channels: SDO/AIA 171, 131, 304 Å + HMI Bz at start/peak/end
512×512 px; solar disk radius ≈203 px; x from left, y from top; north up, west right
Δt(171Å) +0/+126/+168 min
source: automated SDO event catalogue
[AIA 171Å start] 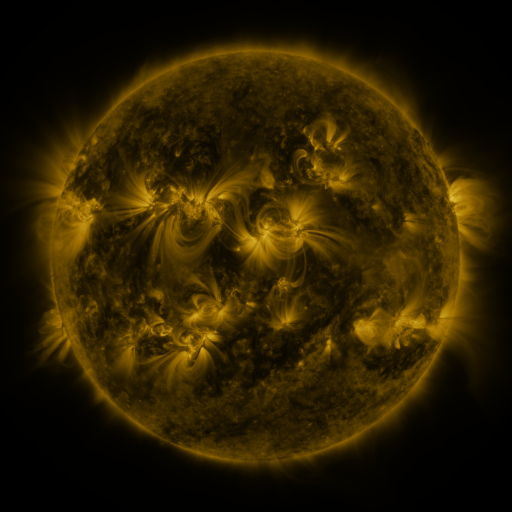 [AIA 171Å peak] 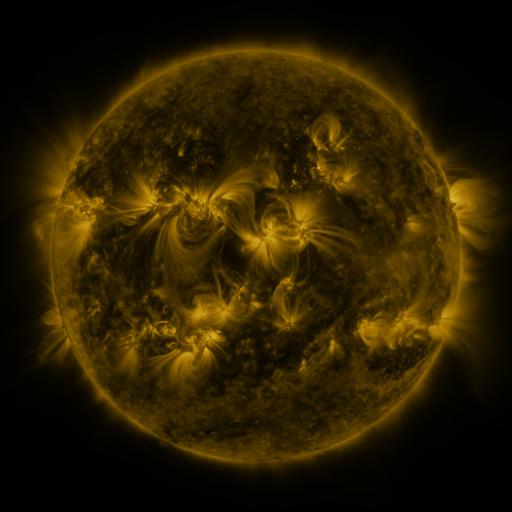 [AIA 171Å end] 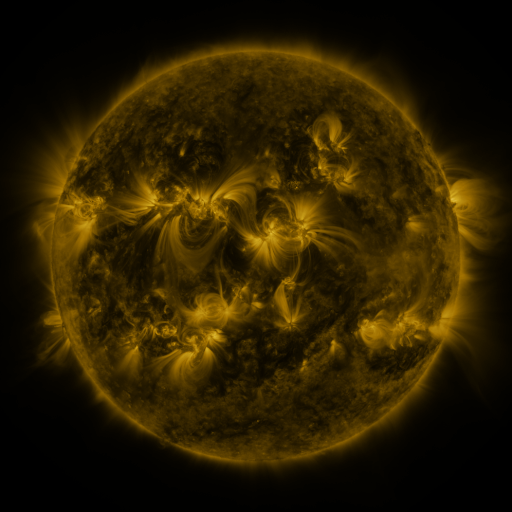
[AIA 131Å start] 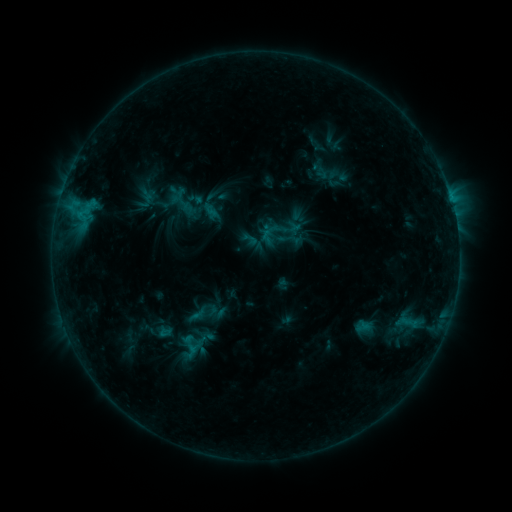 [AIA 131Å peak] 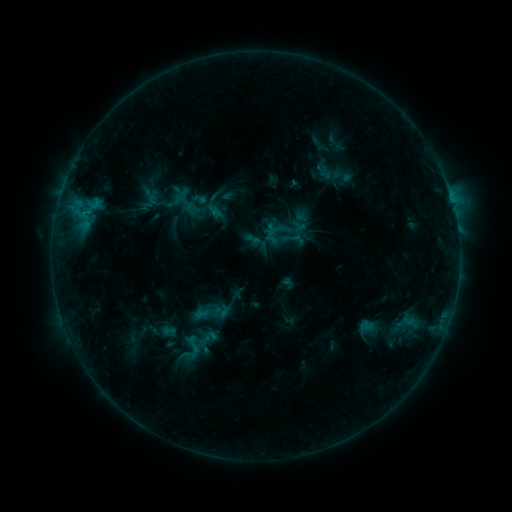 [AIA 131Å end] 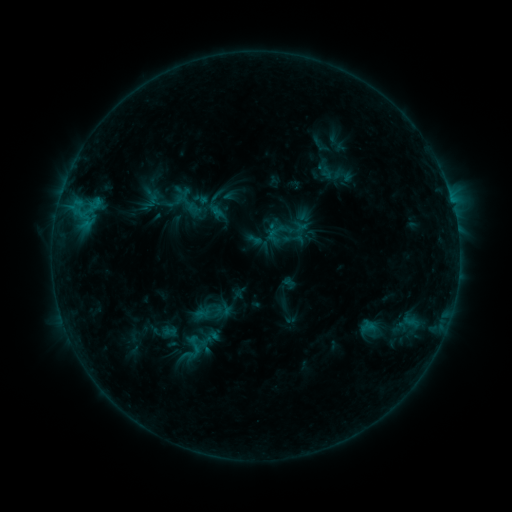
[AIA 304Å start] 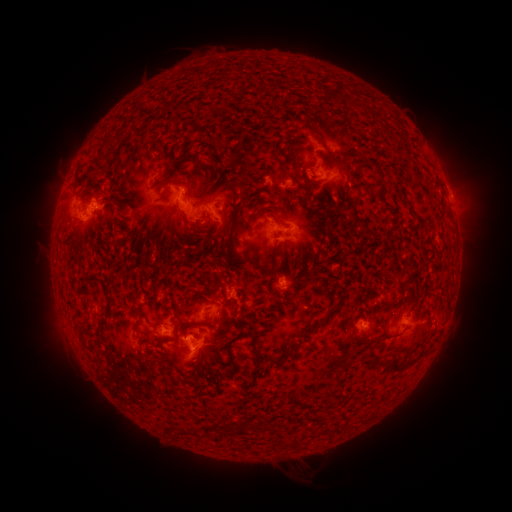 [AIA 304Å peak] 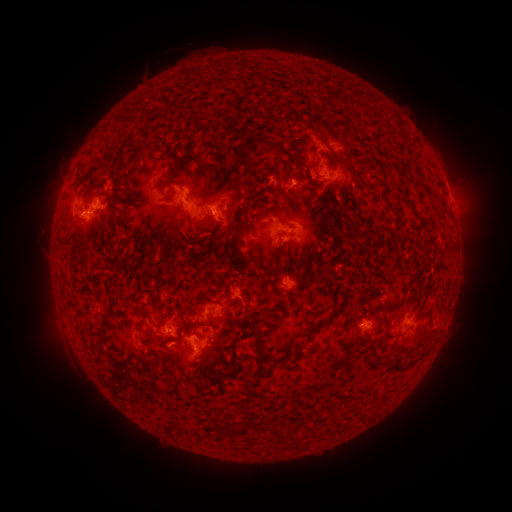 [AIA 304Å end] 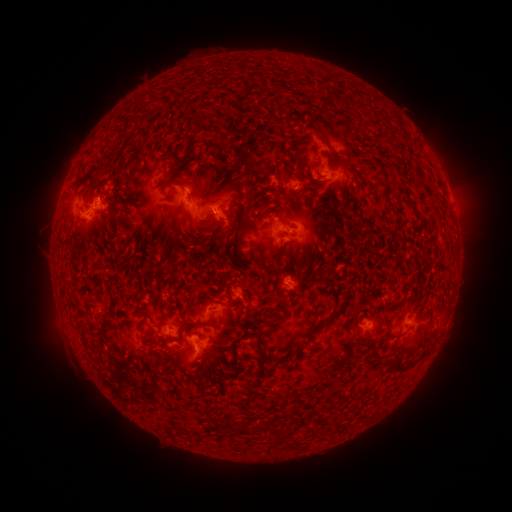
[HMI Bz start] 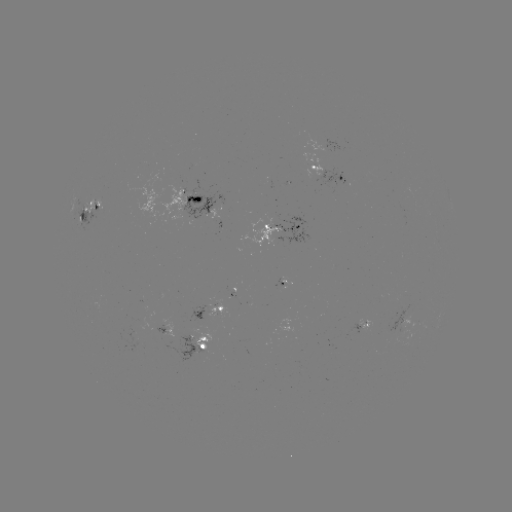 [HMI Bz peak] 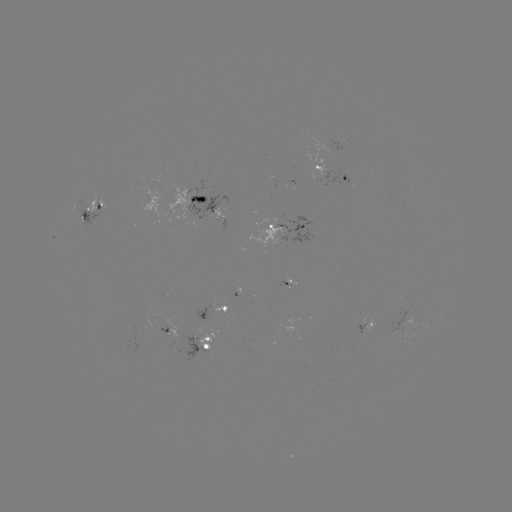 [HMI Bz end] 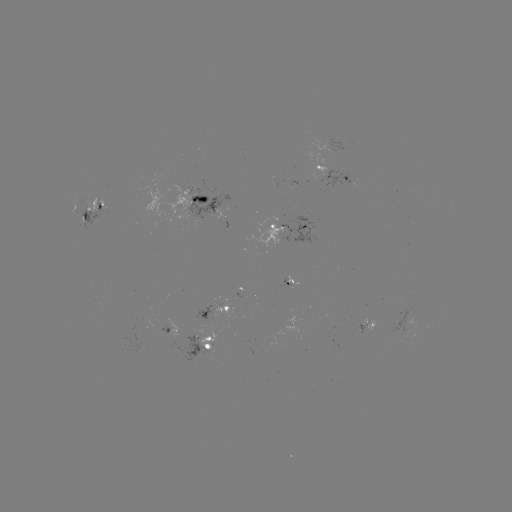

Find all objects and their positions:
emerging-flux region: (95, 209)
